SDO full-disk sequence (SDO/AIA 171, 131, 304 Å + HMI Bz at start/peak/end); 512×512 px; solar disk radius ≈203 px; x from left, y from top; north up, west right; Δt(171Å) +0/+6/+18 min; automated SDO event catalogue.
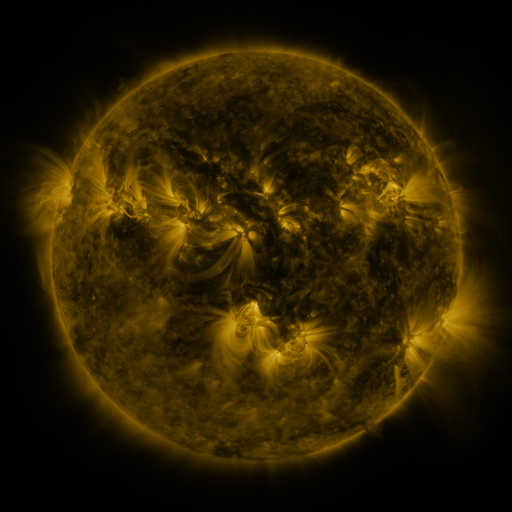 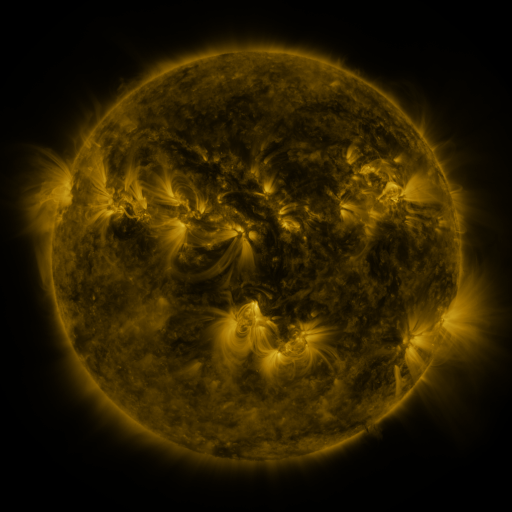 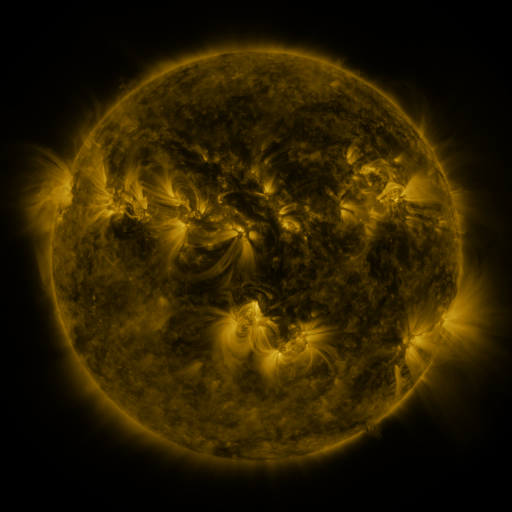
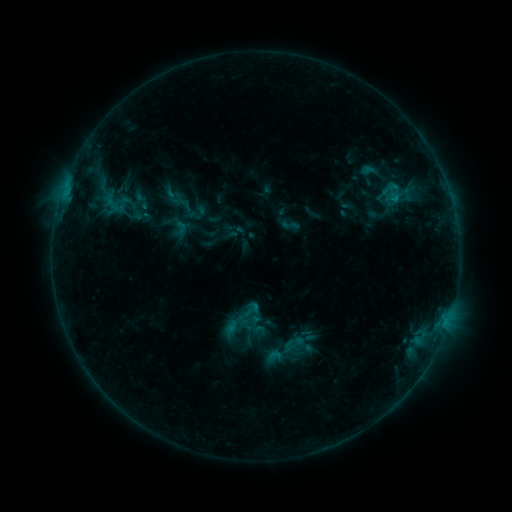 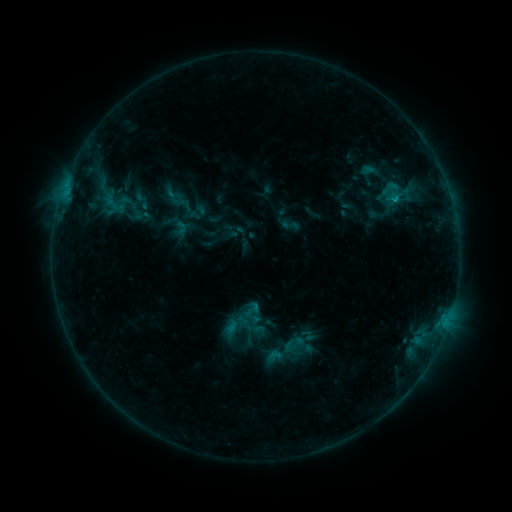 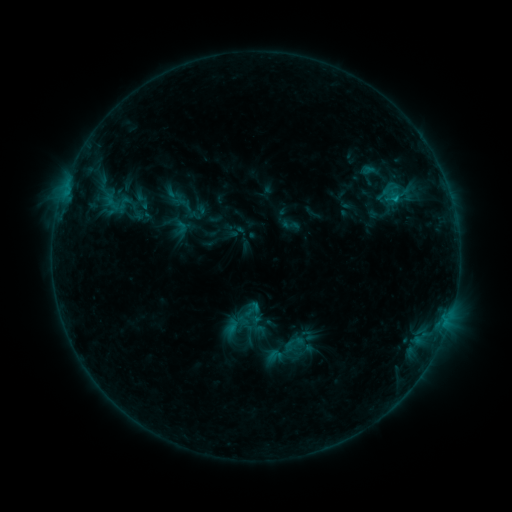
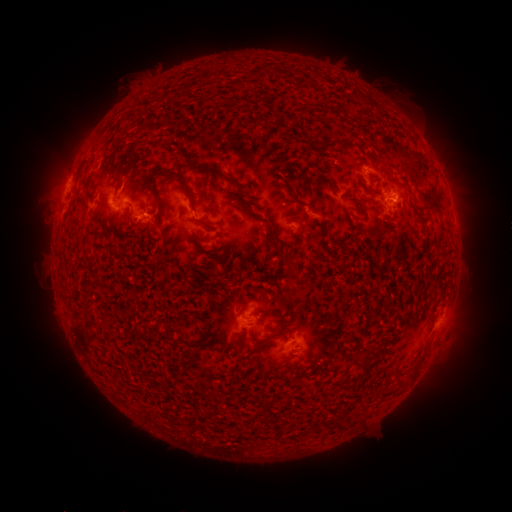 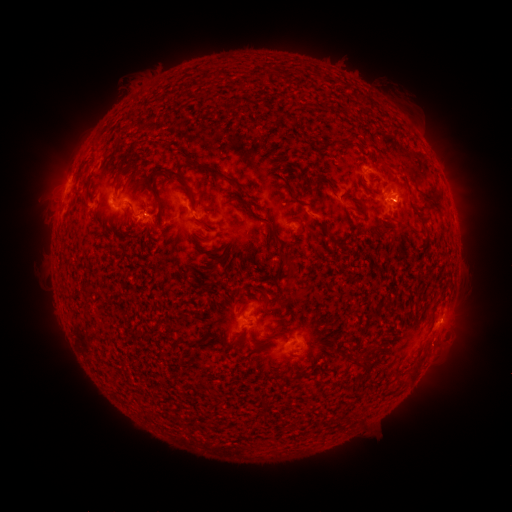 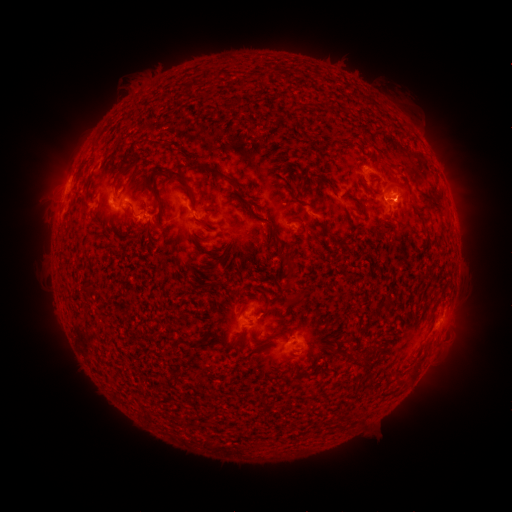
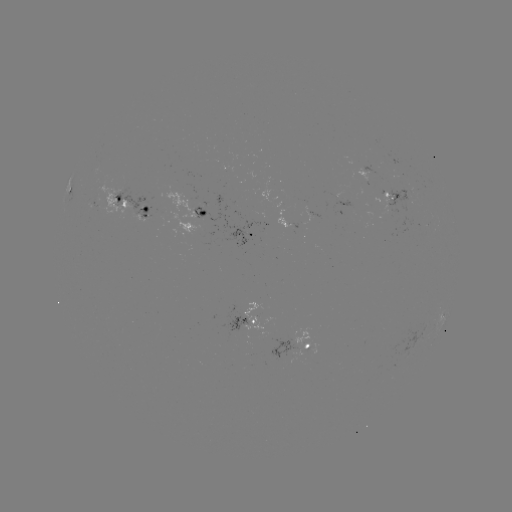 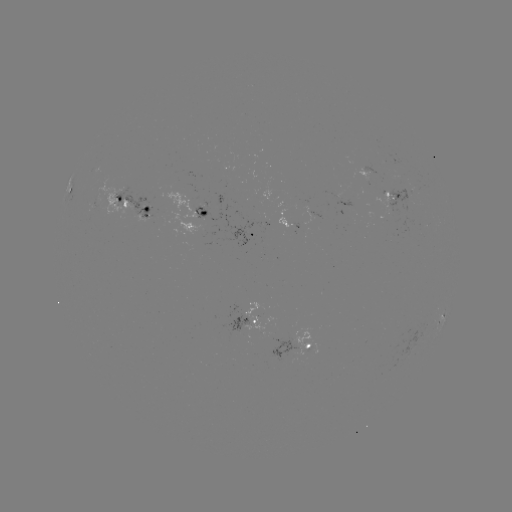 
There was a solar flare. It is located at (393, 201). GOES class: B9.1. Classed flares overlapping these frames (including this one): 1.